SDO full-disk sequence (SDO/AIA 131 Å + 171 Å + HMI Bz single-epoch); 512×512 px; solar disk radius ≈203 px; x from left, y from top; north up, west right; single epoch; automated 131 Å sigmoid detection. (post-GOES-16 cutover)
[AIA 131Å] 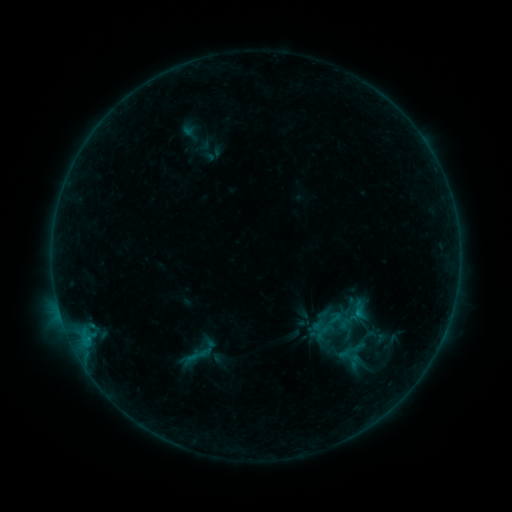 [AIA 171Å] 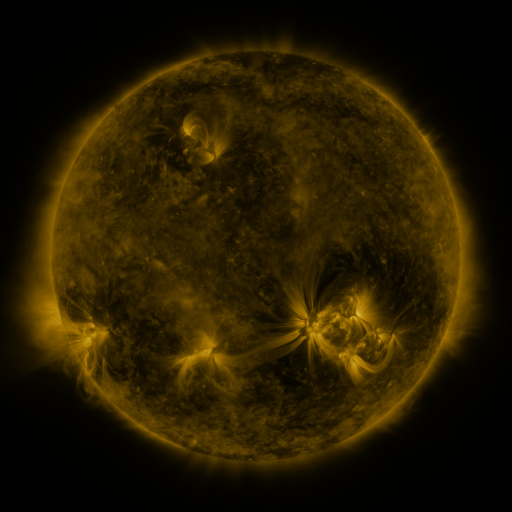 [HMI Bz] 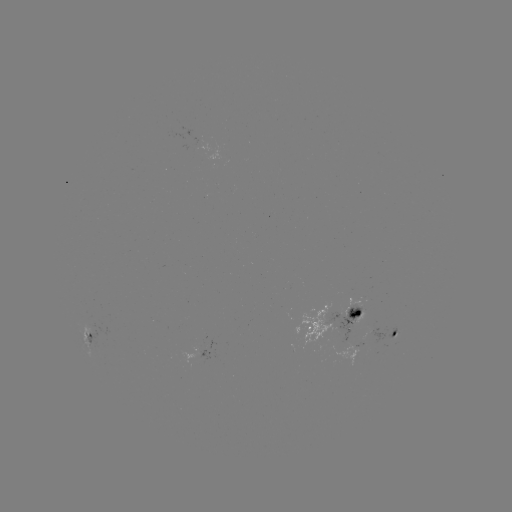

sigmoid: [349, 299, 367, 316]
